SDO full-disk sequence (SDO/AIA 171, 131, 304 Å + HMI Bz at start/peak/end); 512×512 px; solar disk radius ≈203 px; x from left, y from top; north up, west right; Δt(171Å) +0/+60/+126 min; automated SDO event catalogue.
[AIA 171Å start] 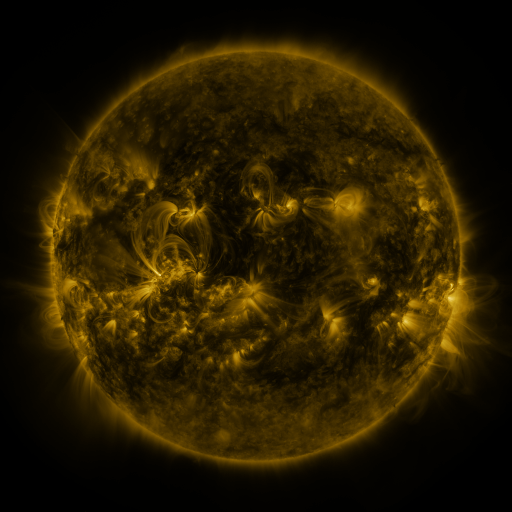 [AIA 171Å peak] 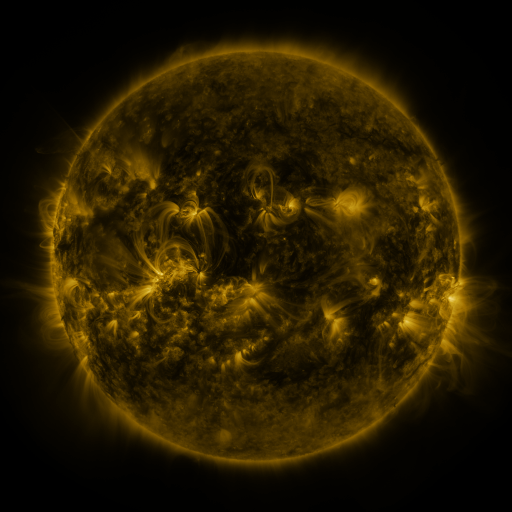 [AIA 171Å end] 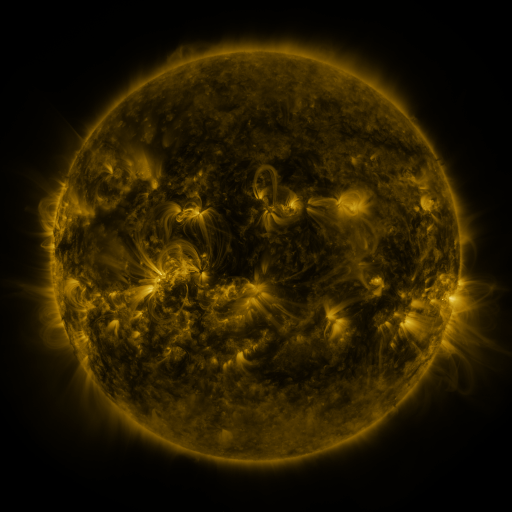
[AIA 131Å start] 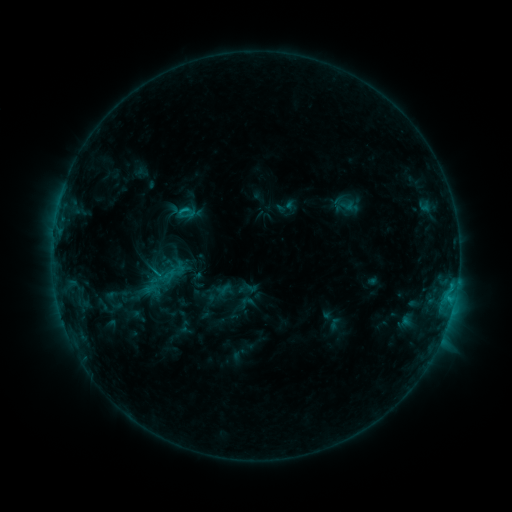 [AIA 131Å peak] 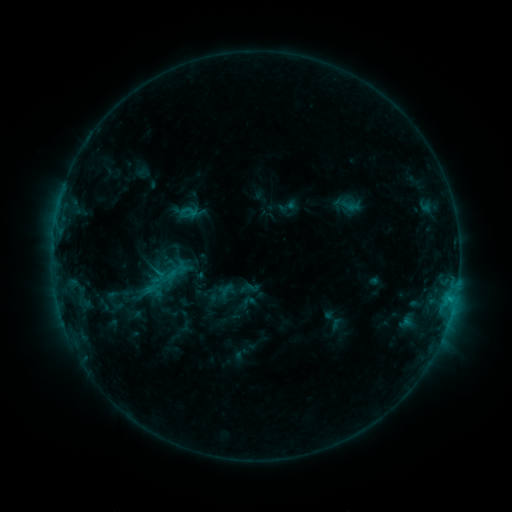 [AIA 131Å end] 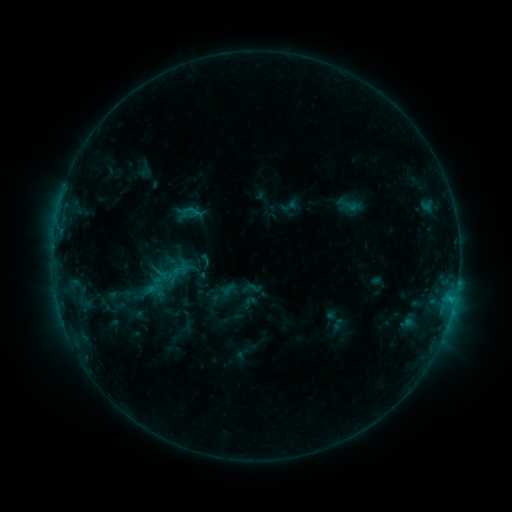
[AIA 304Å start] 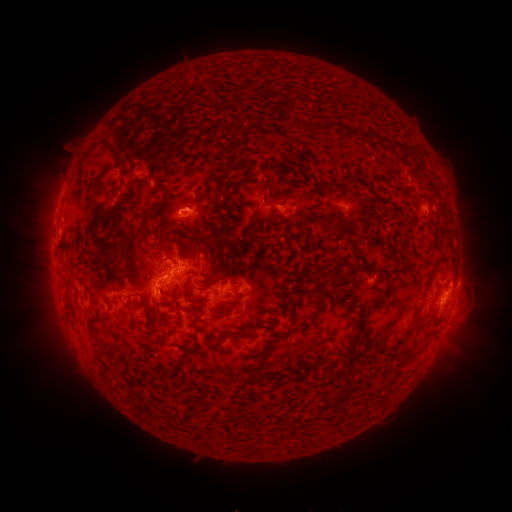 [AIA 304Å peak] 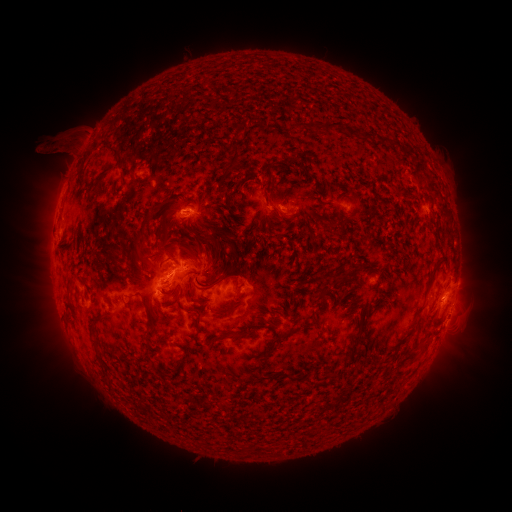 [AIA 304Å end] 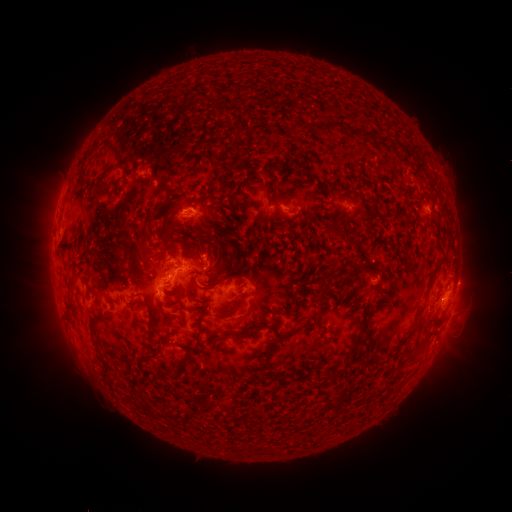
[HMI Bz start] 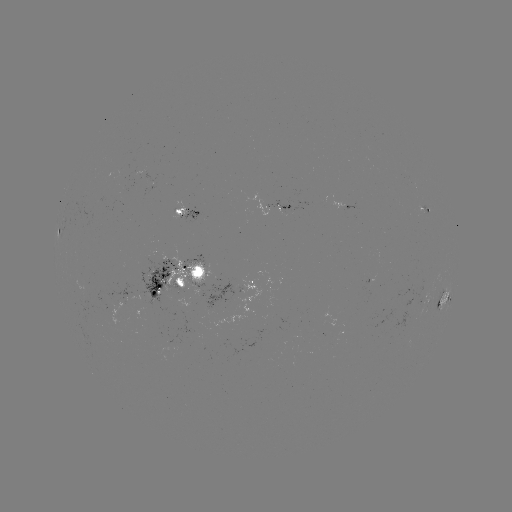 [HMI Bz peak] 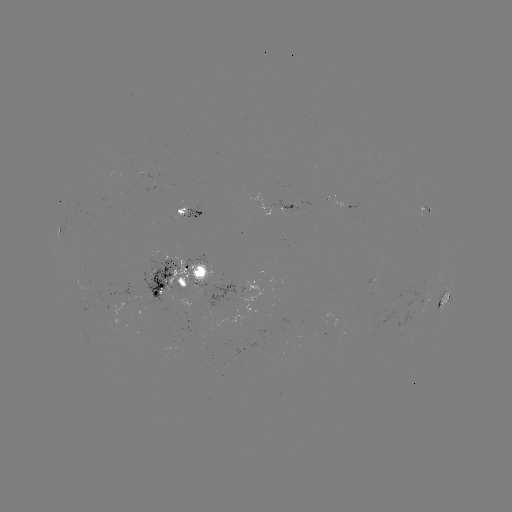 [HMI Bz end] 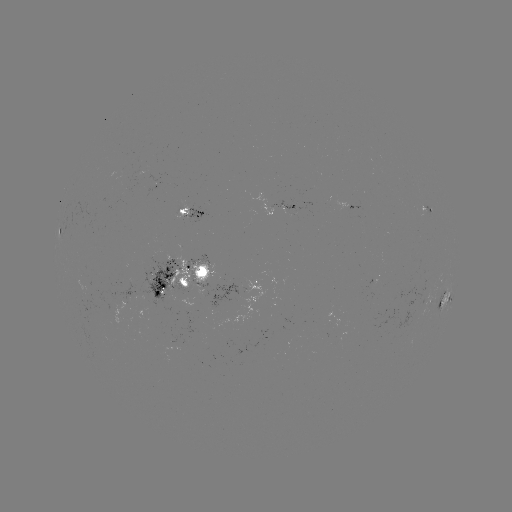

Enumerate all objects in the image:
filament eruption: (57, 136)
